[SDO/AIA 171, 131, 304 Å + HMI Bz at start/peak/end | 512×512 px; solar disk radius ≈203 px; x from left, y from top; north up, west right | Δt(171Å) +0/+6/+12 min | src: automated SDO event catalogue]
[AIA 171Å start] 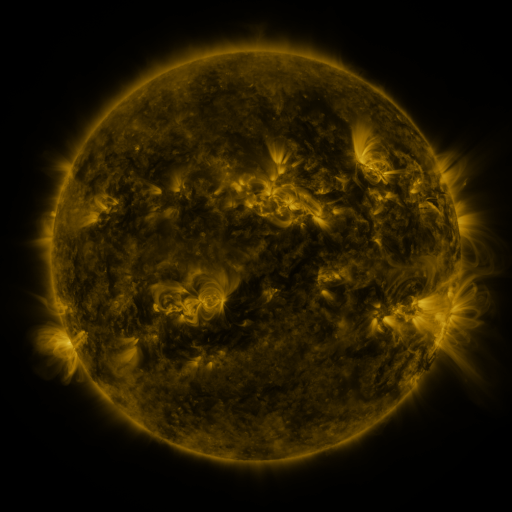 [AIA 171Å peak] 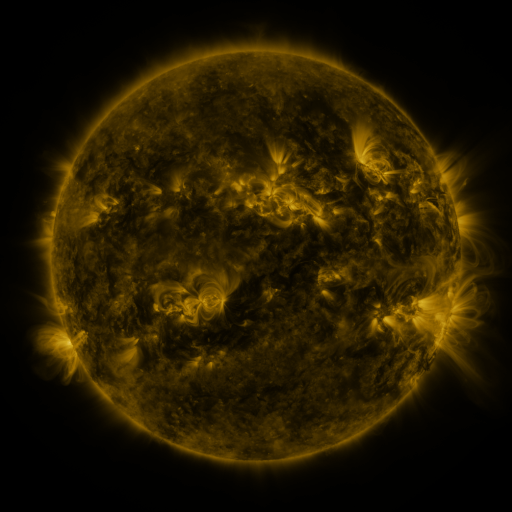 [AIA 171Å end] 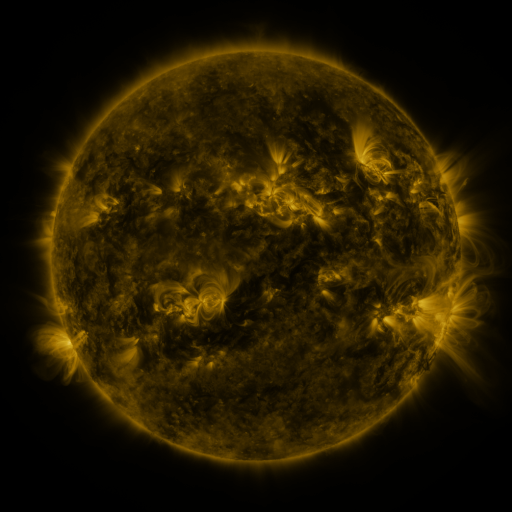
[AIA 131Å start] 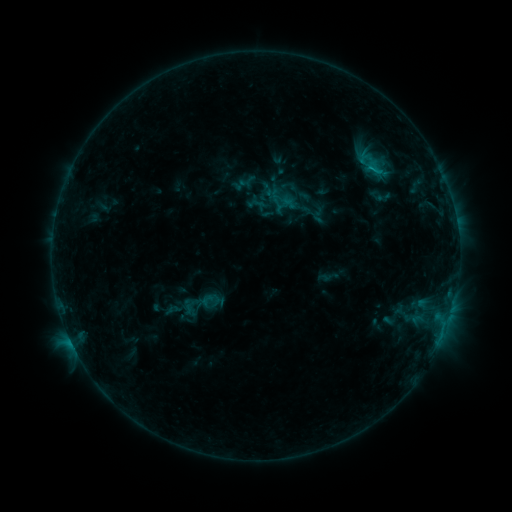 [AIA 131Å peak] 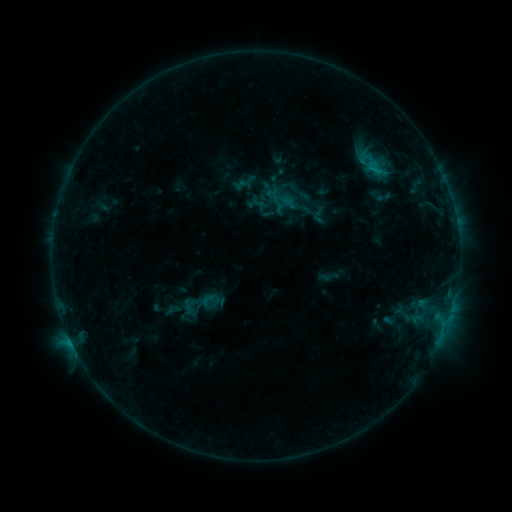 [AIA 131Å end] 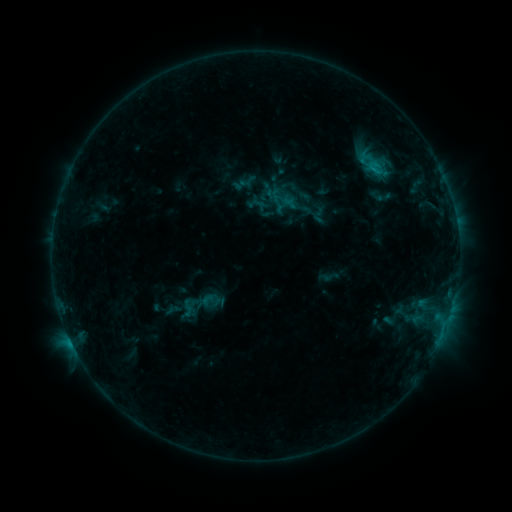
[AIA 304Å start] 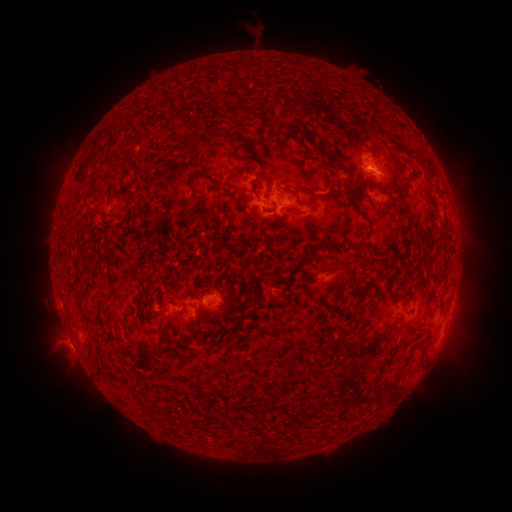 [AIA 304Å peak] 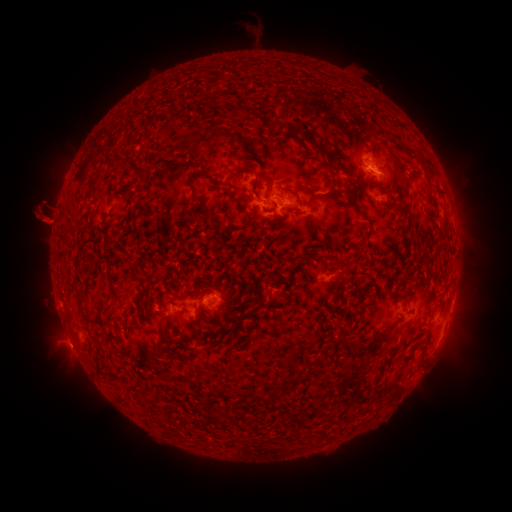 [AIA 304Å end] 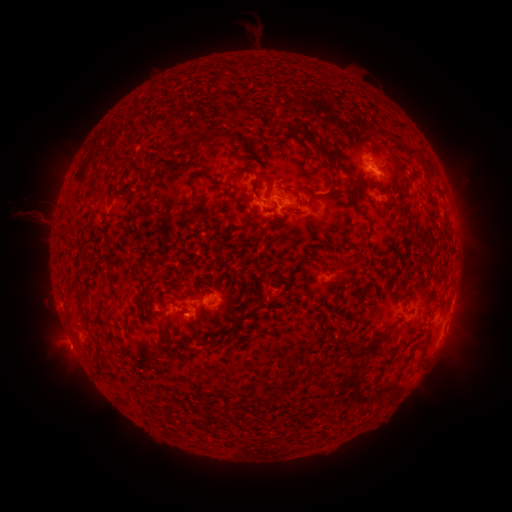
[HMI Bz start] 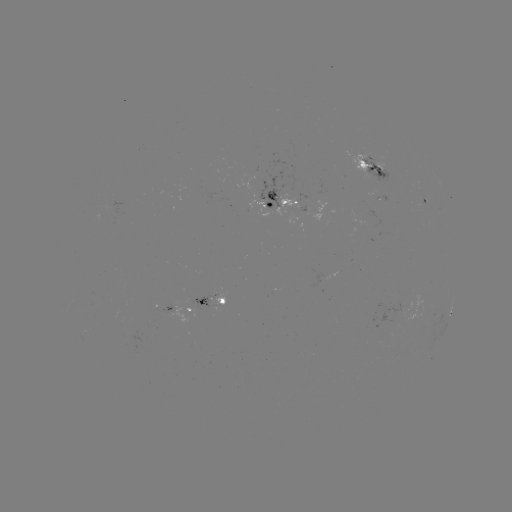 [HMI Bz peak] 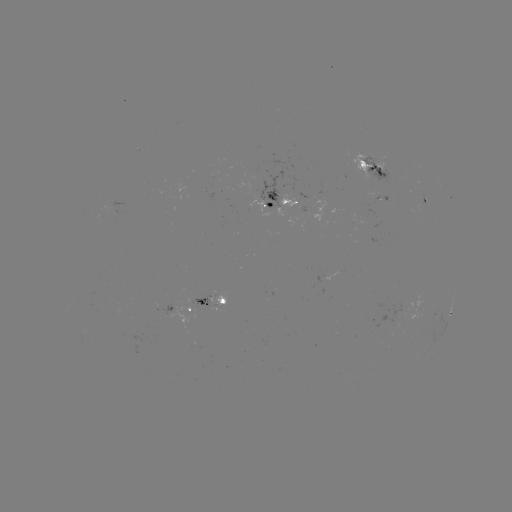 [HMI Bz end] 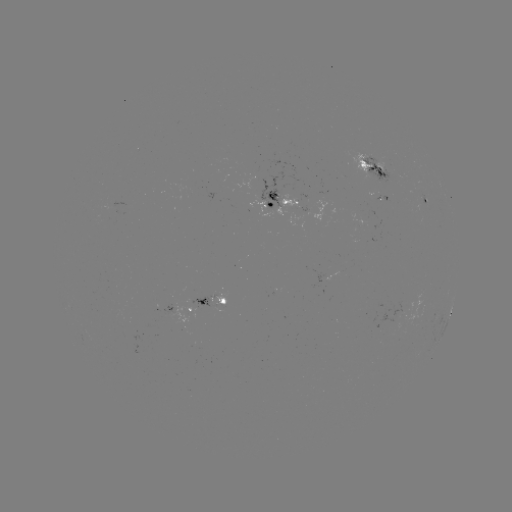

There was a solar eruption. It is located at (41, 215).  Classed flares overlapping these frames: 1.